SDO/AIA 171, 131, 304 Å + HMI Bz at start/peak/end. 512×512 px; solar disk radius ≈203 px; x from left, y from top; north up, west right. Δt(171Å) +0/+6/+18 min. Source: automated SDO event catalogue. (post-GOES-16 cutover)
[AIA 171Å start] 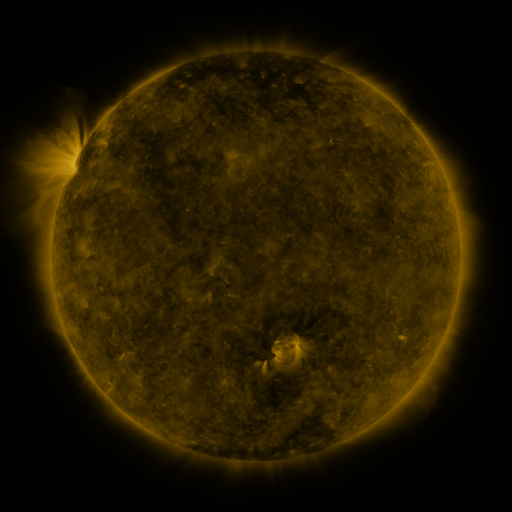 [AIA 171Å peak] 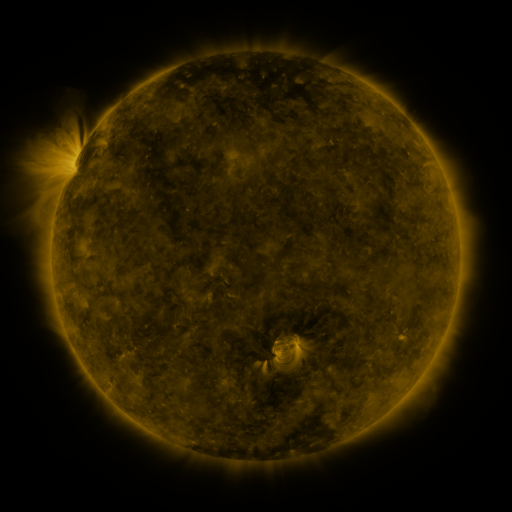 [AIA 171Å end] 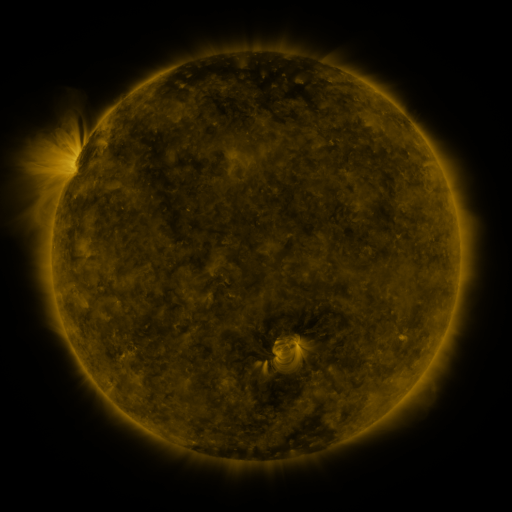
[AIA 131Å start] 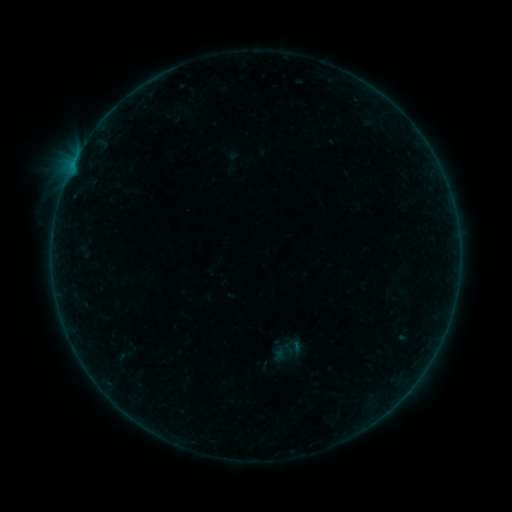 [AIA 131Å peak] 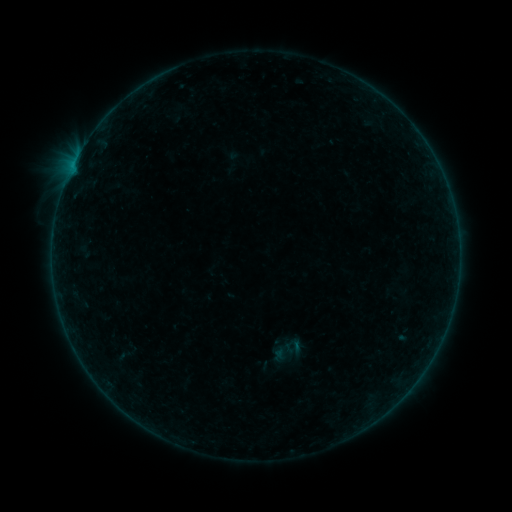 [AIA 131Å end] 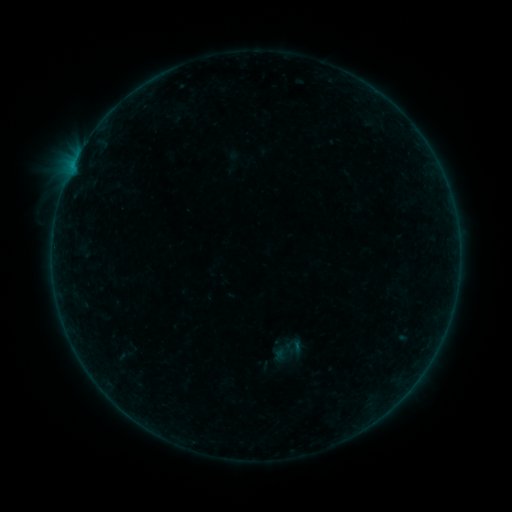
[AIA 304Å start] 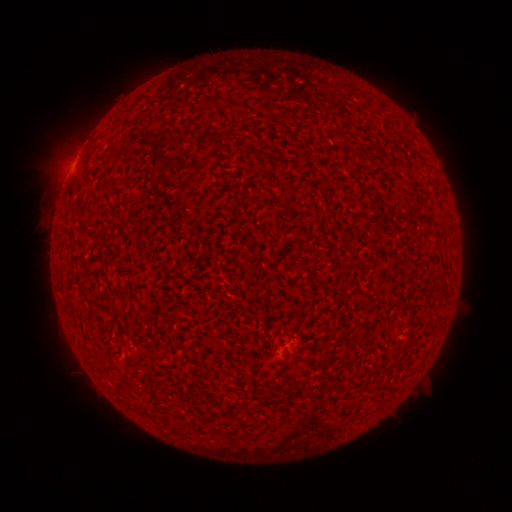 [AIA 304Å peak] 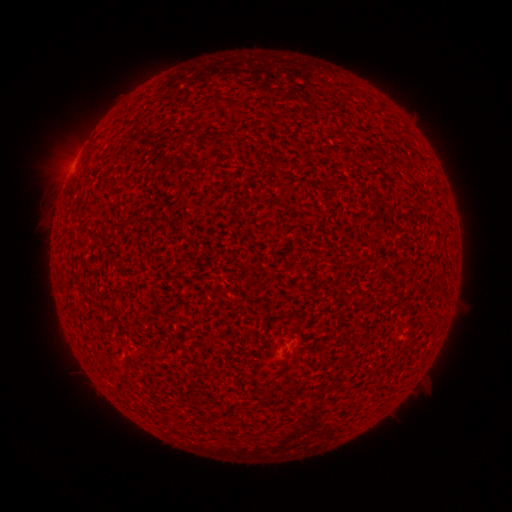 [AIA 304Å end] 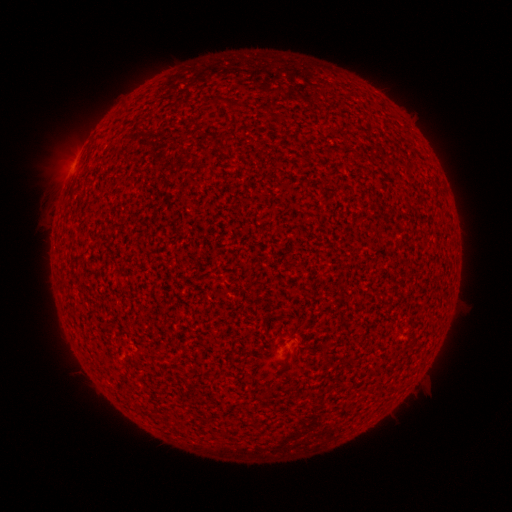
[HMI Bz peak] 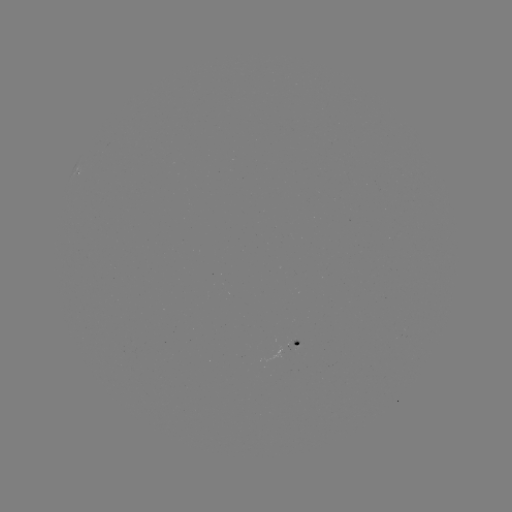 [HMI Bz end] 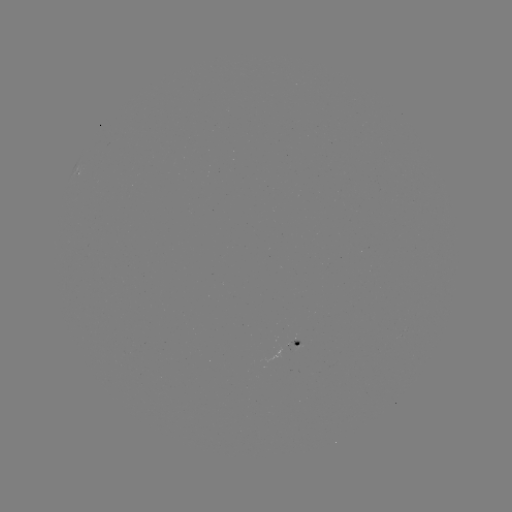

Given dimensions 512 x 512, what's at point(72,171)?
A5.7 flare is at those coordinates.